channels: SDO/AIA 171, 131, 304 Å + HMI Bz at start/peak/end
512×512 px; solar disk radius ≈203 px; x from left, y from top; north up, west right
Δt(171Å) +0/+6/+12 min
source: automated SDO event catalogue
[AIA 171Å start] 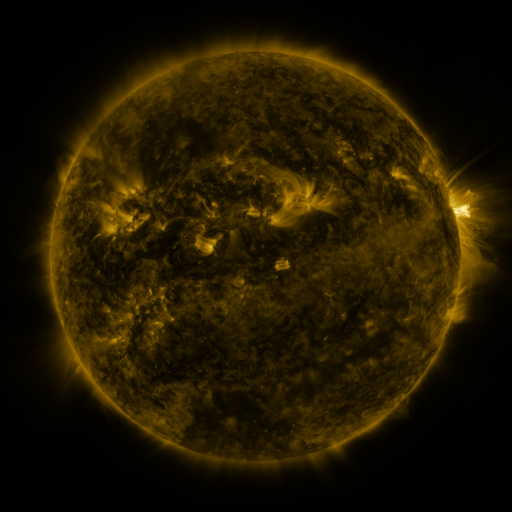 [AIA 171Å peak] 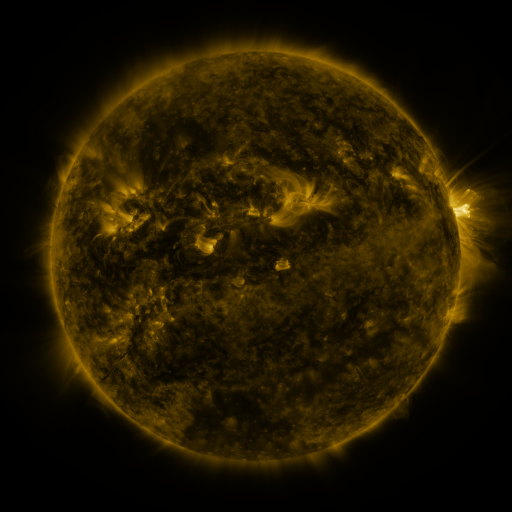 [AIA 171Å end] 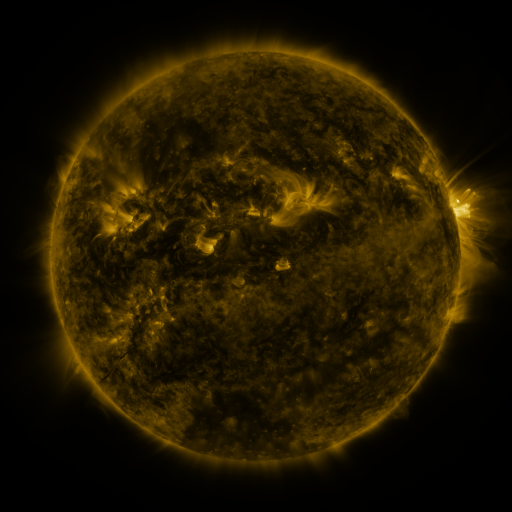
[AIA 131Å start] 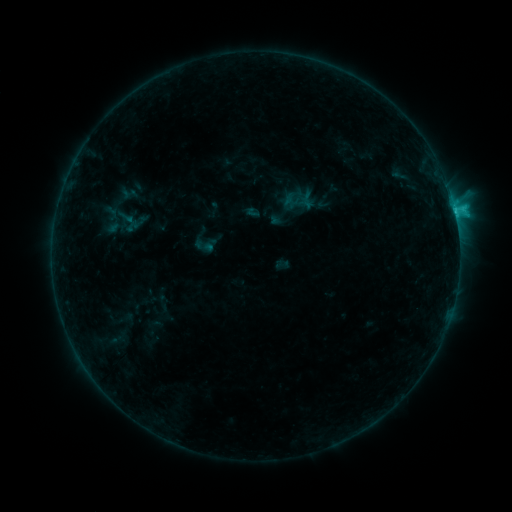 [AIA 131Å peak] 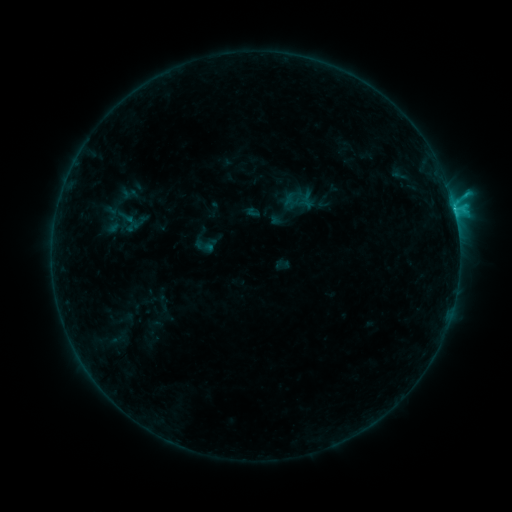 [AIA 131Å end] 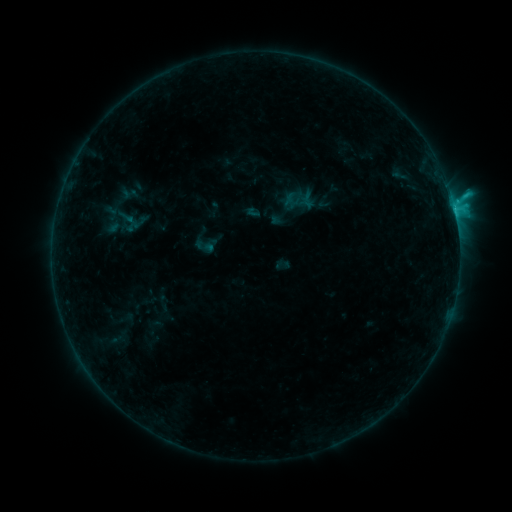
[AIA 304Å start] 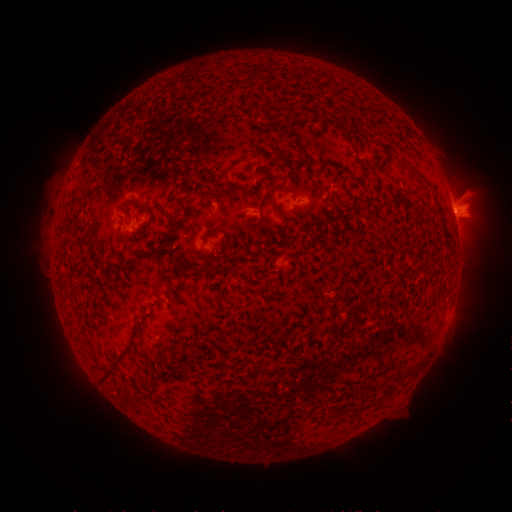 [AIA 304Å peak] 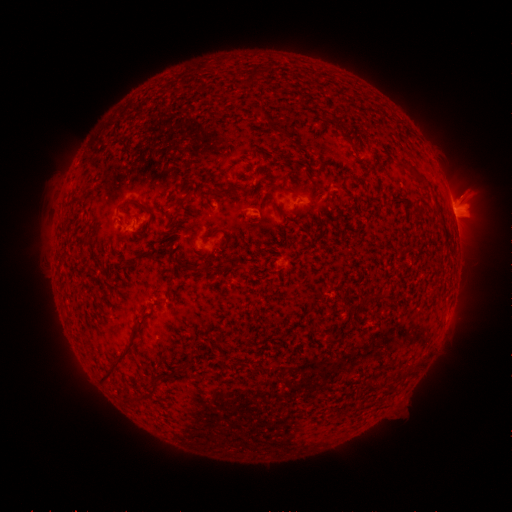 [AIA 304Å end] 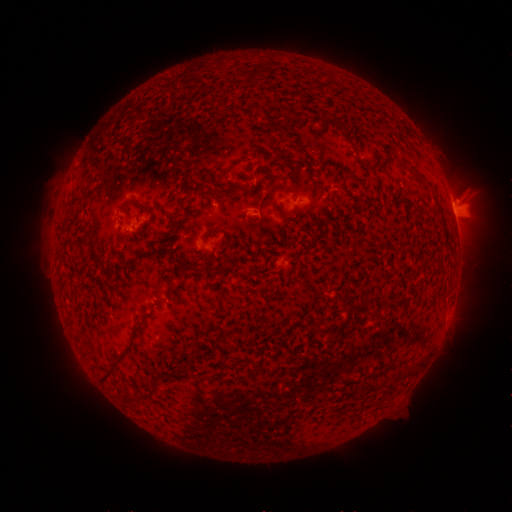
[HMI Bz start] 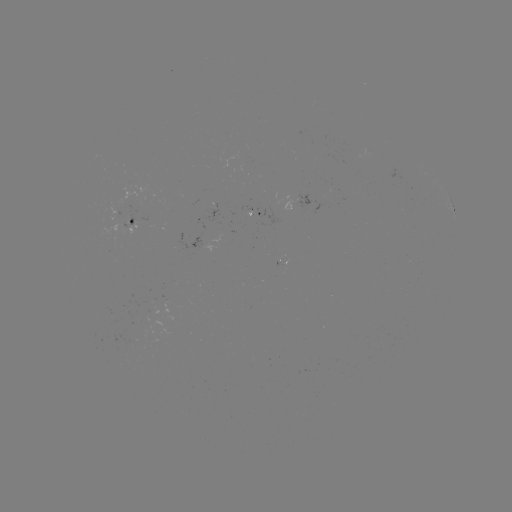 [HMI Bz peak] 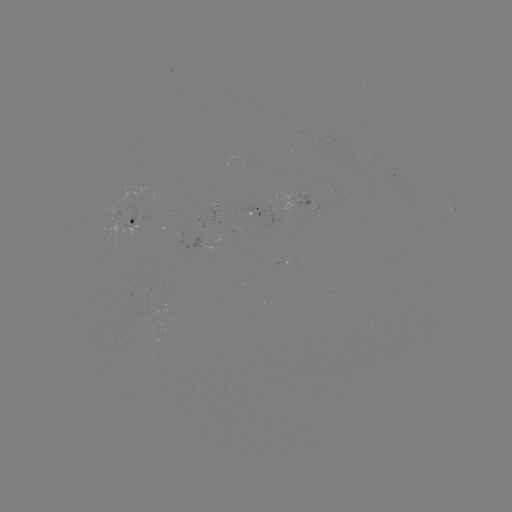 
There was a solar flare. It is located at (453, 209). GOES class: C2.1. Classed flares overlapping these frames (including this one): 1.